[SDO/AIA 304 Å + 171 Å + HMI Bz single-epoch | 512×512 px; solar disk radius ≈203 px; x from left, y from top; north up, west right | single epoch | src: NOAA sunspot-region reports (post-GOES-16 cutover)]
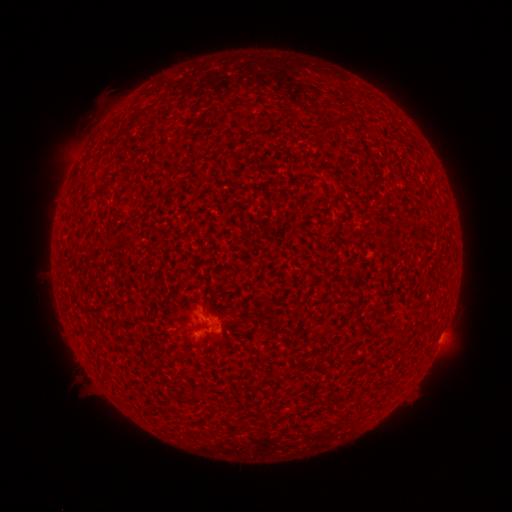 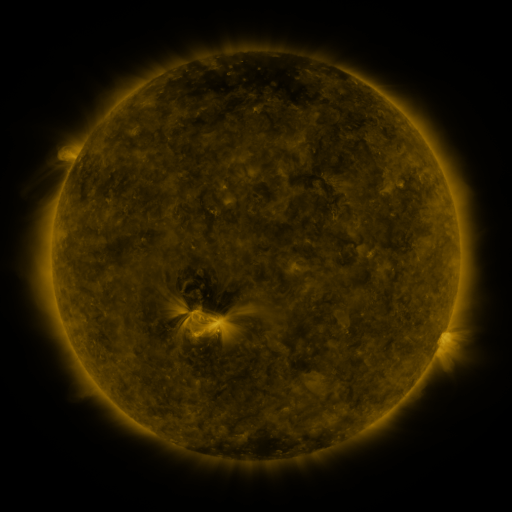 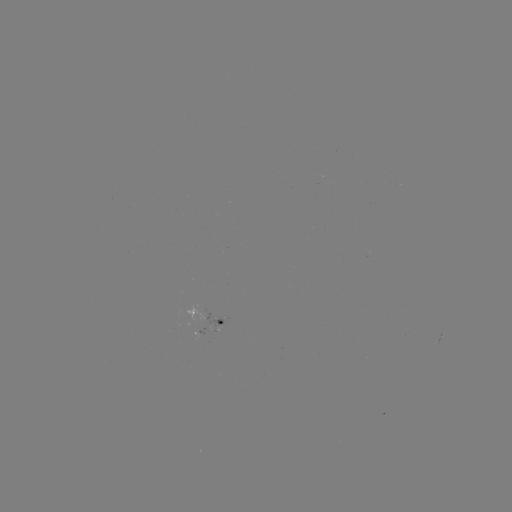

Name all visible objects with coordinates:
spotted active region: (211, 323)
spotted active region: (436, 342)
